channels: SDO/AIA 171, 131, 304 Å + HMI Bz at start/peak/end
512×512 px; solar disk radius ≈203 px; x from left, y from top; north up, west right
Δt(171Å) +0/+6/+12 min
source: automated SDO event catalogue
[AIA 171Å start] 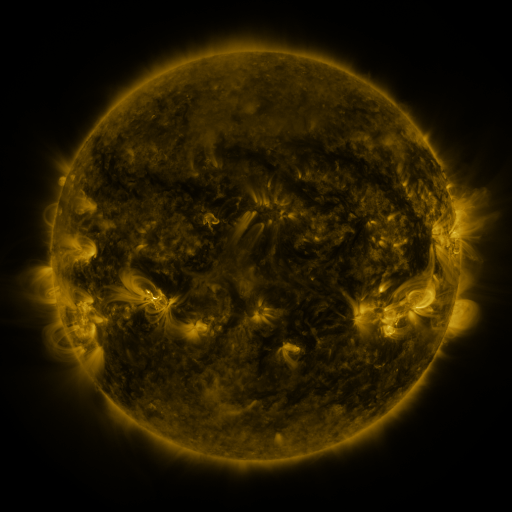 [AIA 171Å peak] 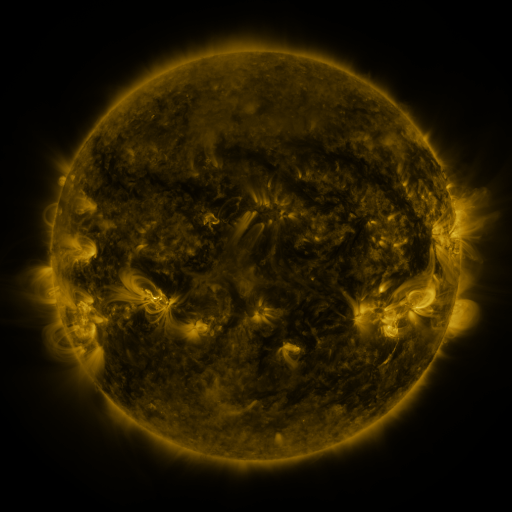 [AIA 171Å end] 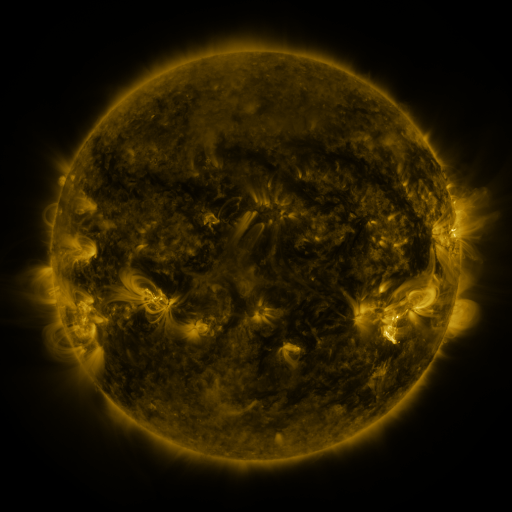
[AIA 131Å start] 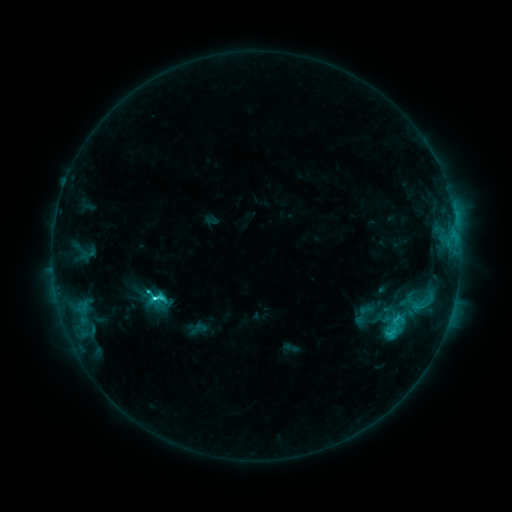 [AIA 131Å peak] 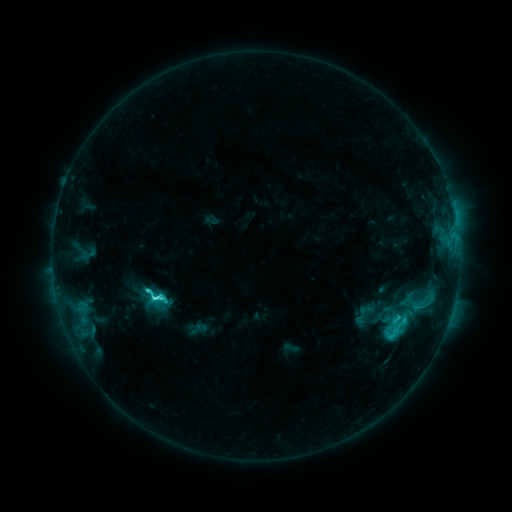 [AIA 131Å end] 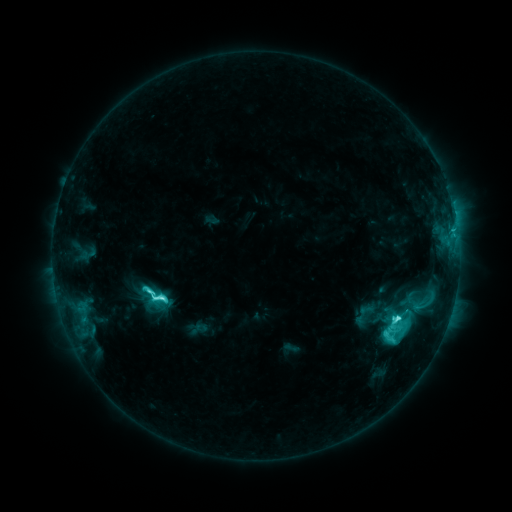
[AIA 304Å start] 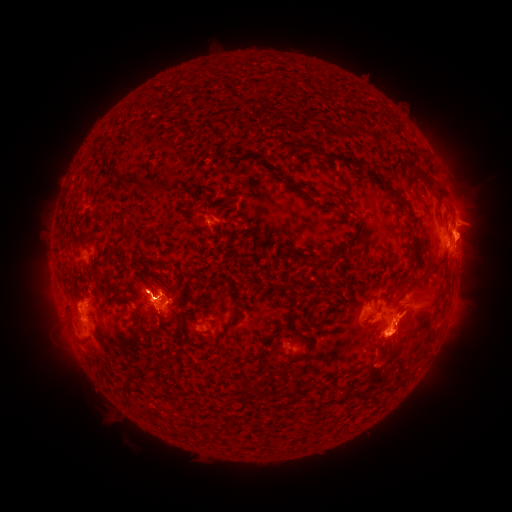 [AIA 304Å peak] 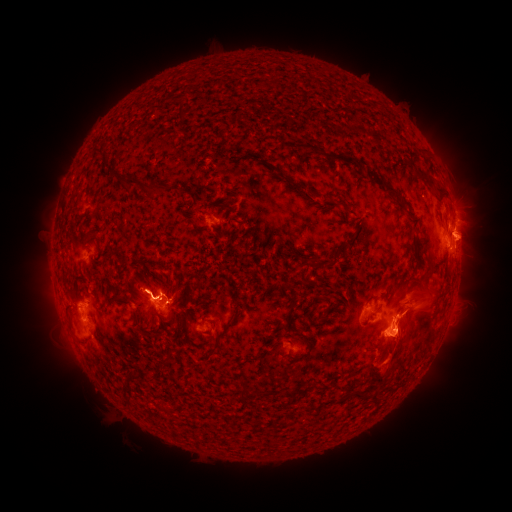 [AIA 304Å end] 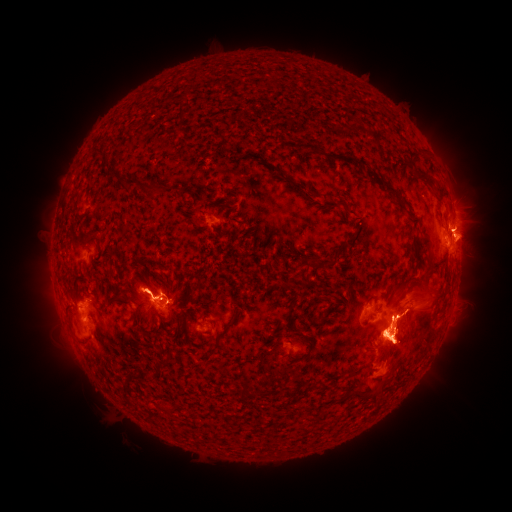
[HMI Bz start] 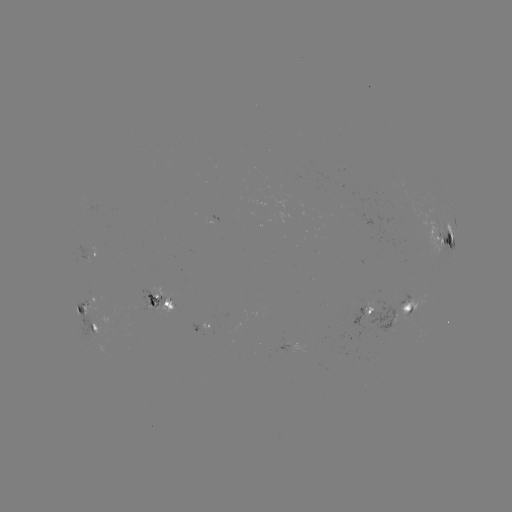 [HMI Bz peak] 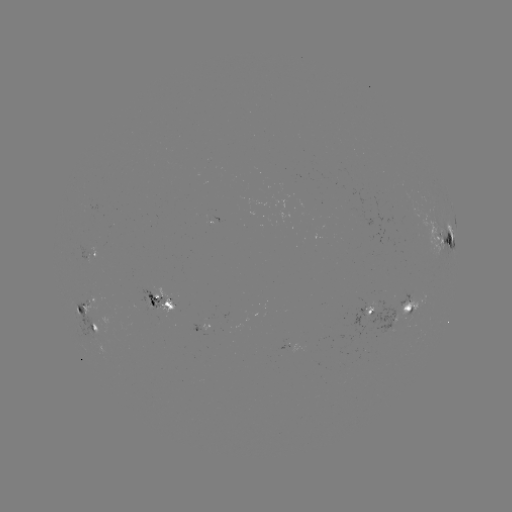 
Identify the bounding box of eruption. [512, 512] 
[477, 320, 501, 364].